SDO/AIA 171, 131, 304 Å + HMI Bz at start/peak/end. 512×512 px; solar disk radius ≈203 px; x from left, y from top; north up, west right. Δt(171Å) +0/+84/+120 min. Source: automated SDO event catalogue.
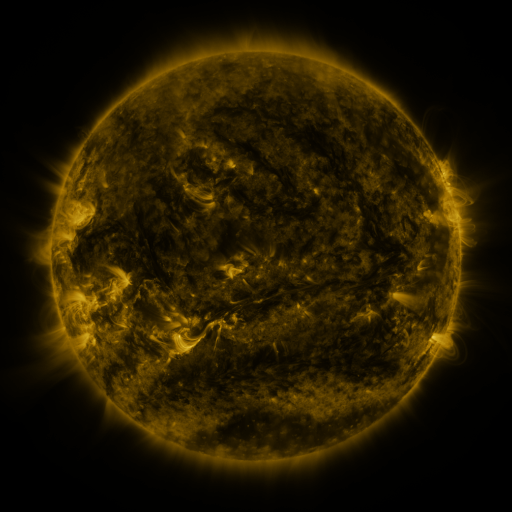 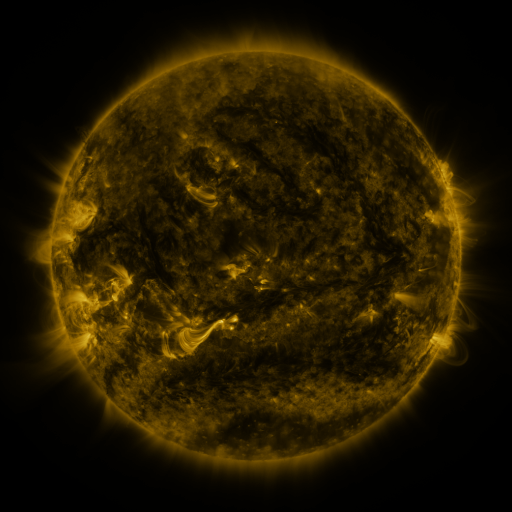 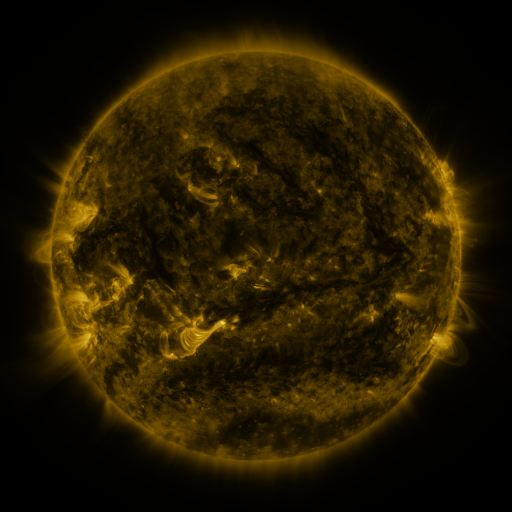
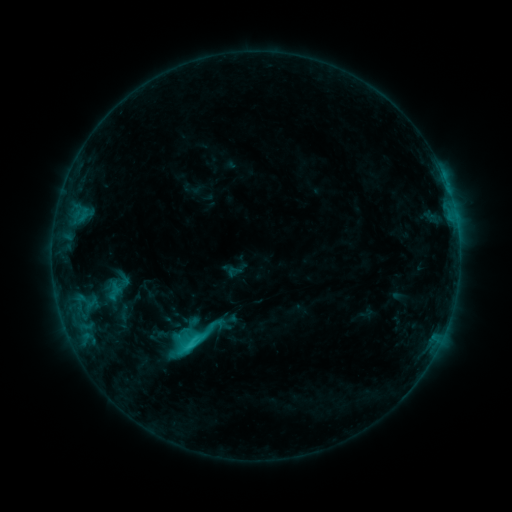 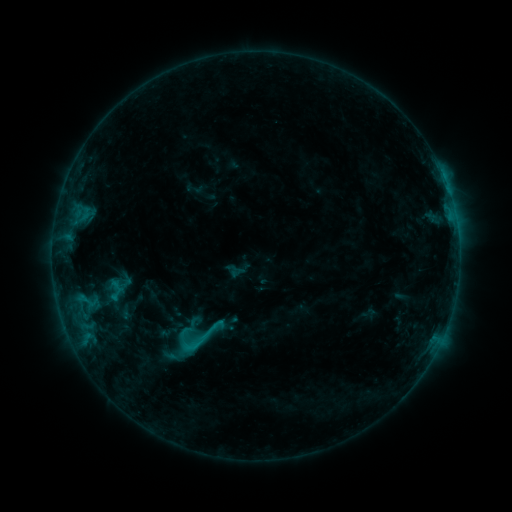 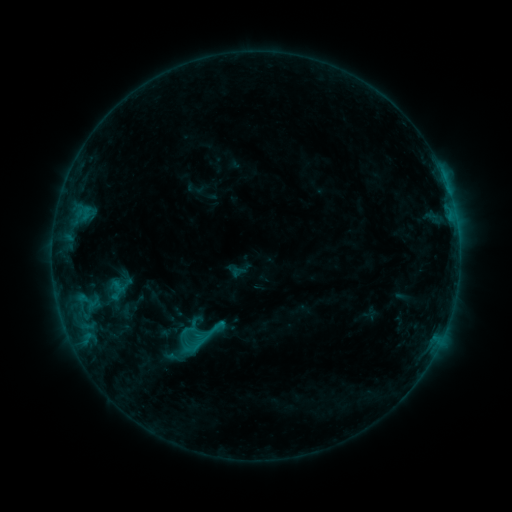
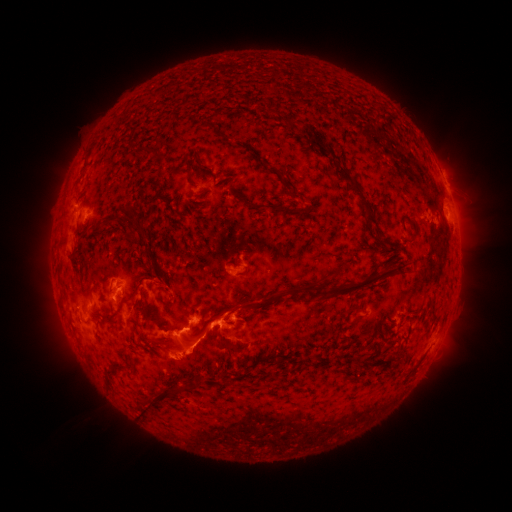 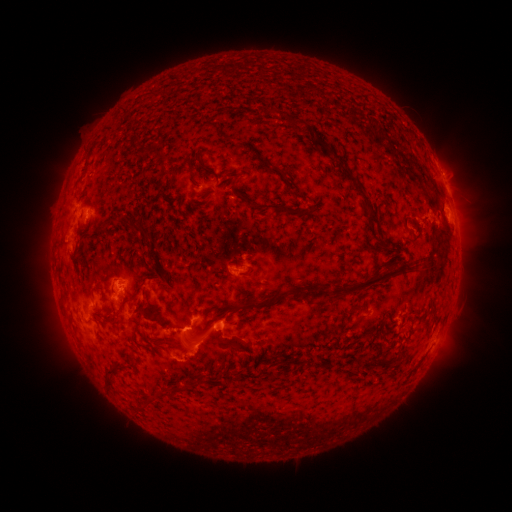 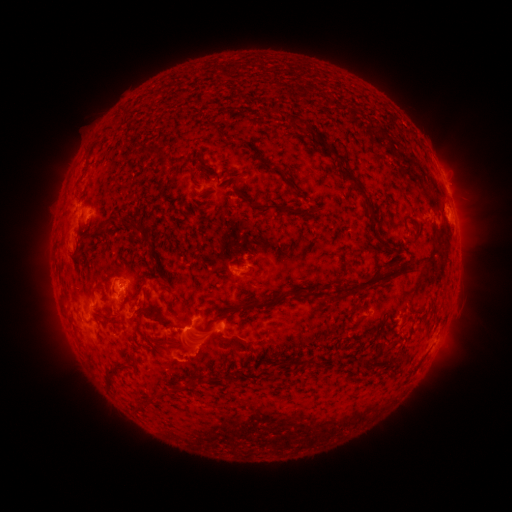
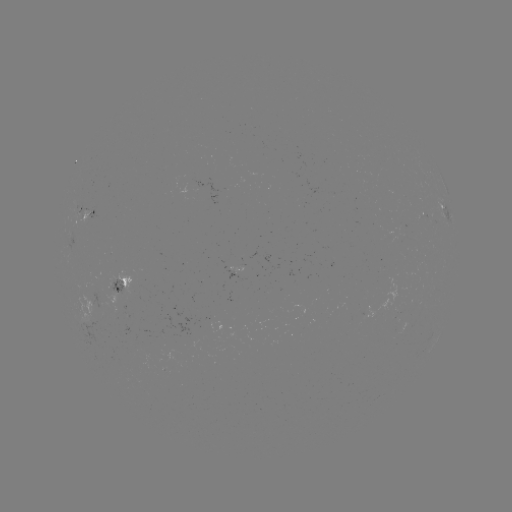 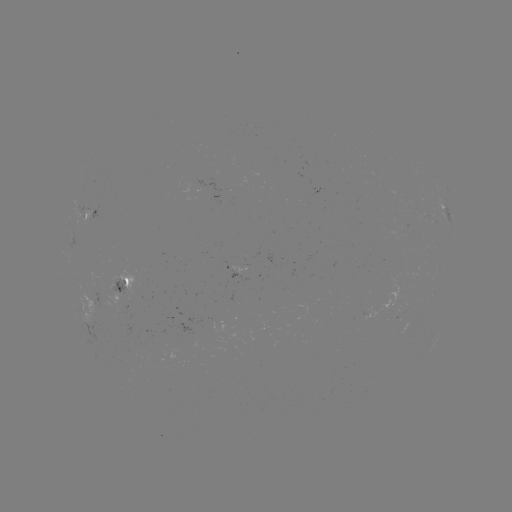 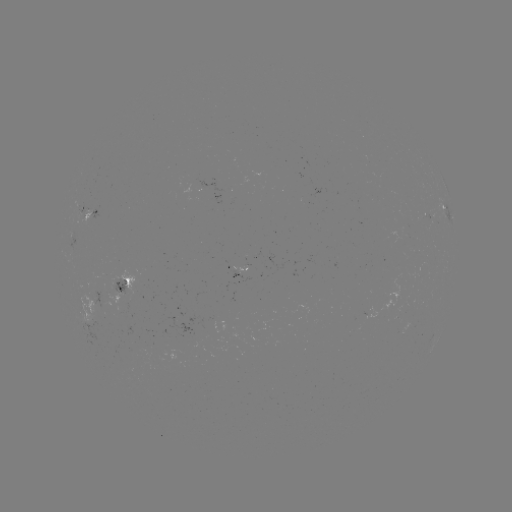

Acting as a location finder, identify emerging-flux region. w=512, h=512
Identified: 167,388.